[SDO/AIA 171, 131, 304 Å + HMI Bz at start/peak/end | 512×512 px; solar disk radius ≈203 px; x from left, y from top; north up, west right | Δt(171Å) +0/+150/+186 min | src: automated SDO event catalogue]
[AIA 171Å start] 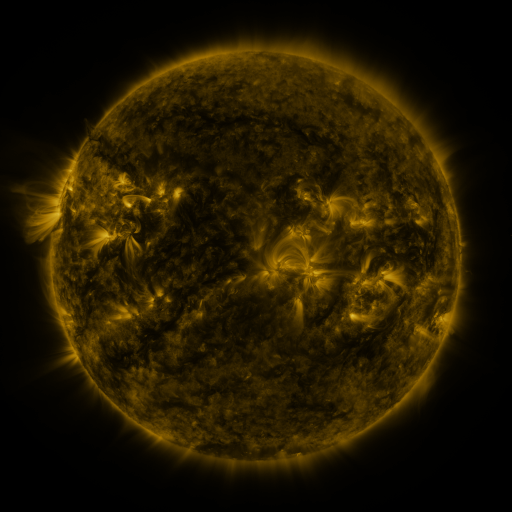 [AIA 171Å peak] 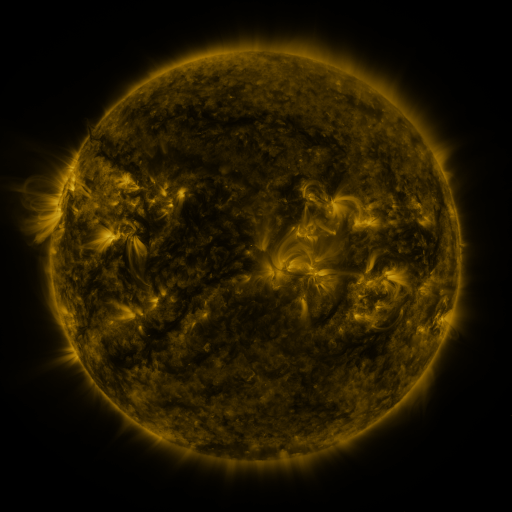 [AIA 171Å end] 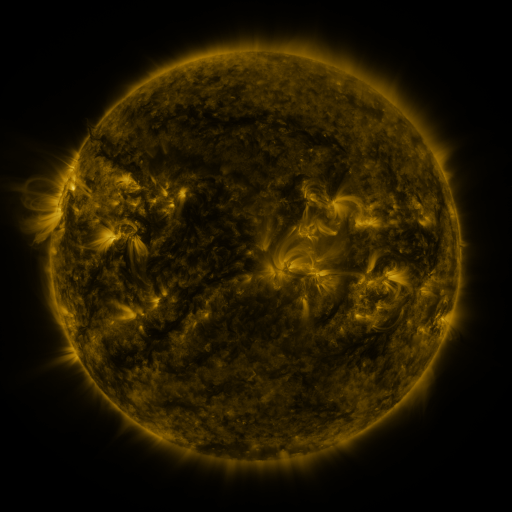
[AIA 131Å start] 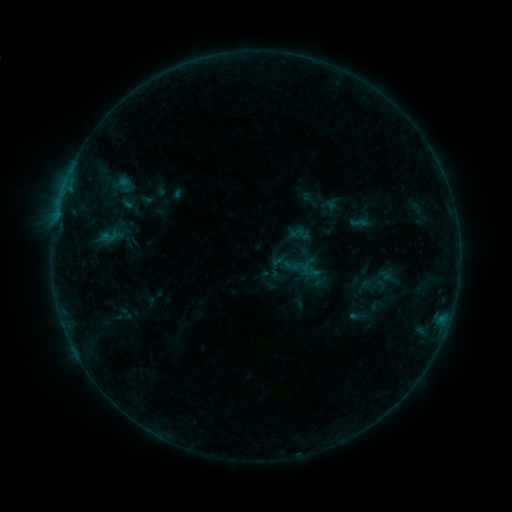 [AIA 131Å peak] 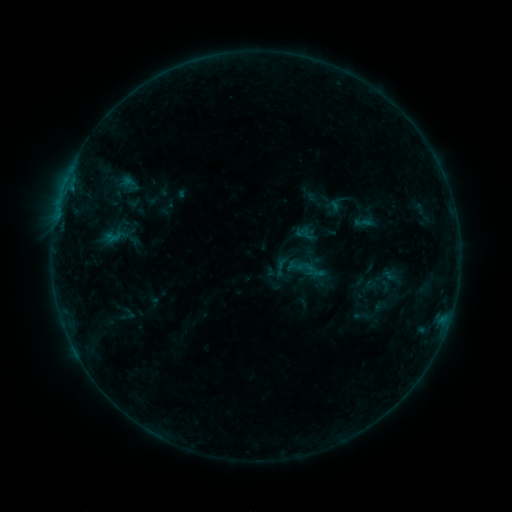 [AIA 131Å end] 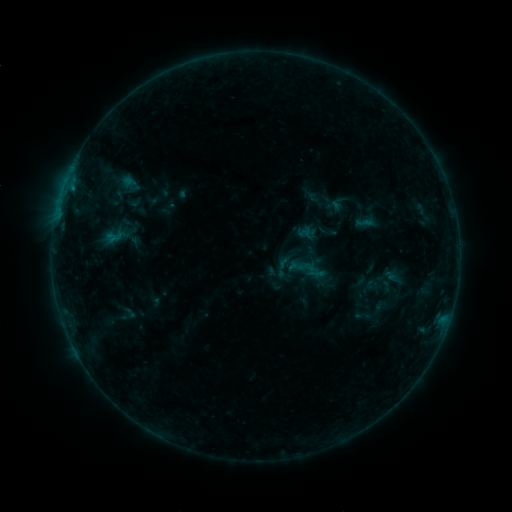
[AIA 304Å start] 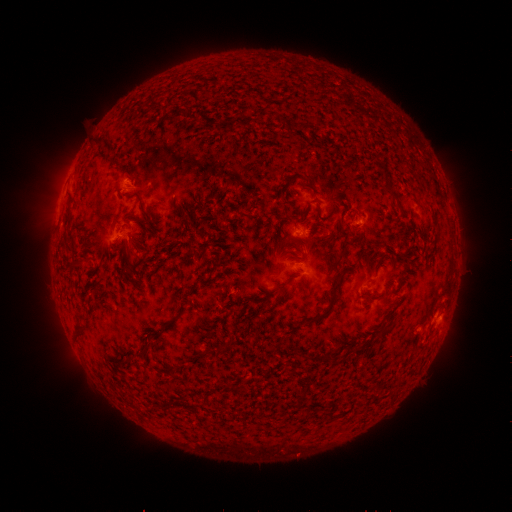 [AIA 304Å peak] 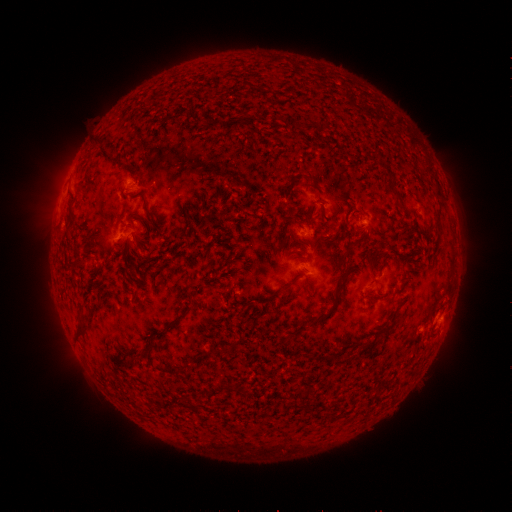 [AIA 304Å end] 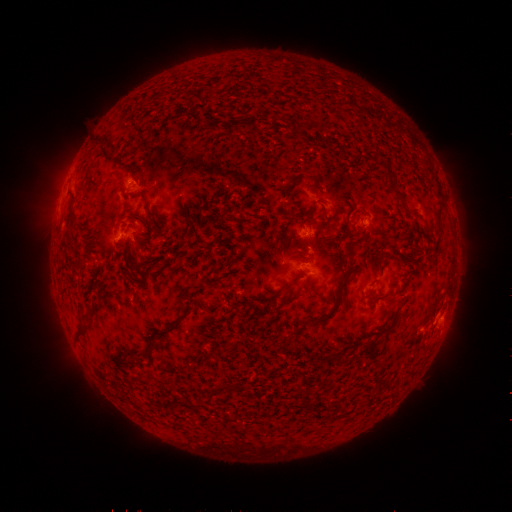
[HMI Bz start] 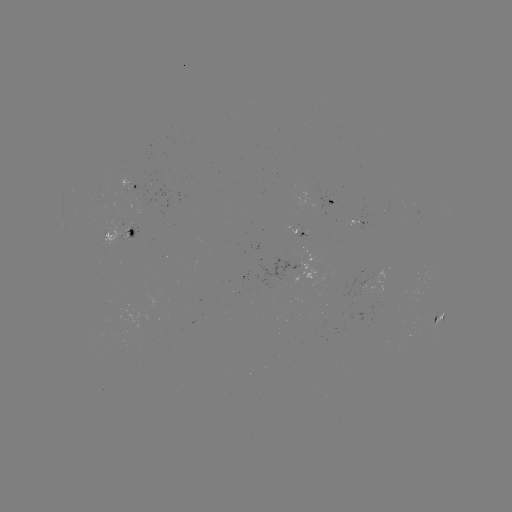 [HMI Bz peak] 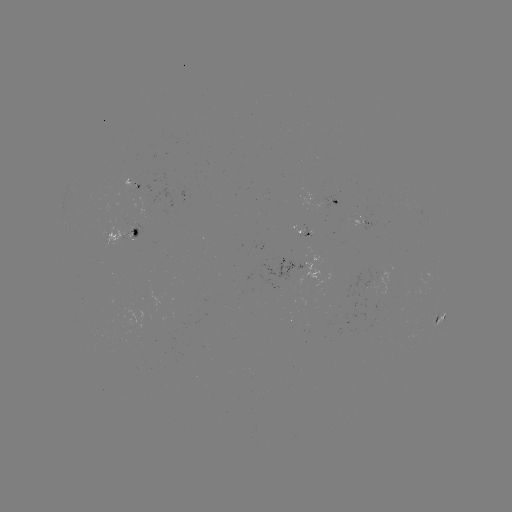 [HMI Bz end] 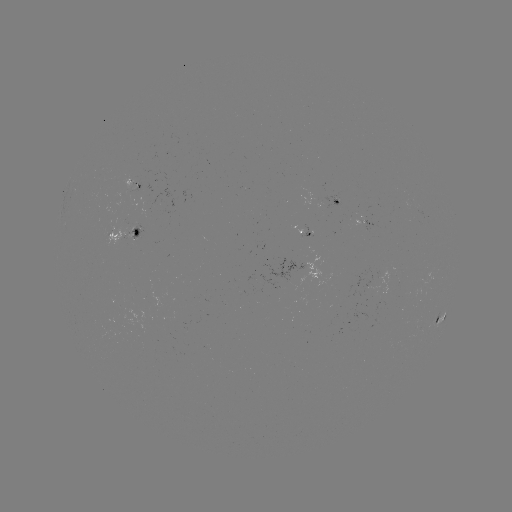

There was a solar emerging-flux region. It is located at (285, 278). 